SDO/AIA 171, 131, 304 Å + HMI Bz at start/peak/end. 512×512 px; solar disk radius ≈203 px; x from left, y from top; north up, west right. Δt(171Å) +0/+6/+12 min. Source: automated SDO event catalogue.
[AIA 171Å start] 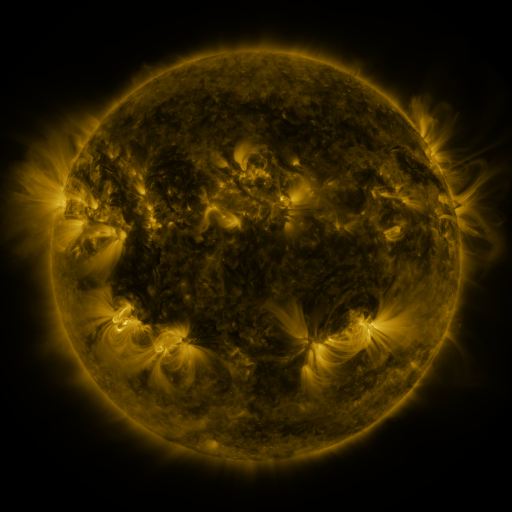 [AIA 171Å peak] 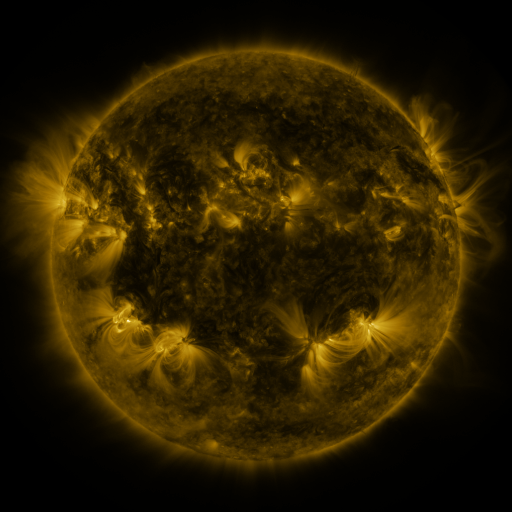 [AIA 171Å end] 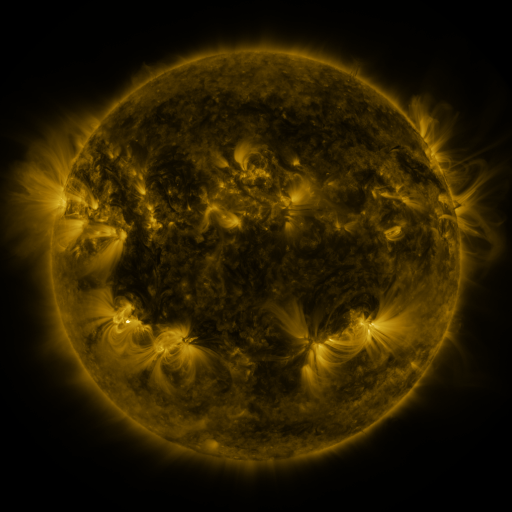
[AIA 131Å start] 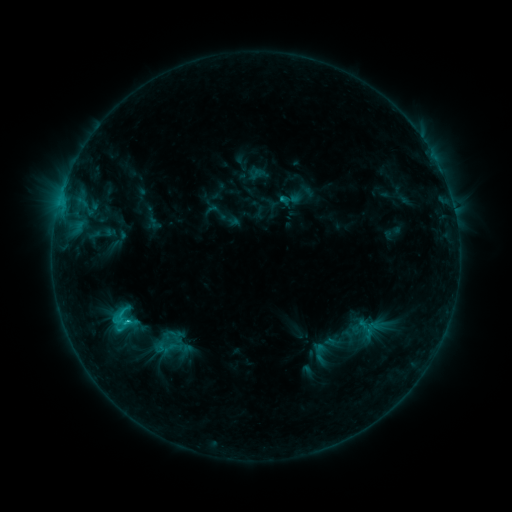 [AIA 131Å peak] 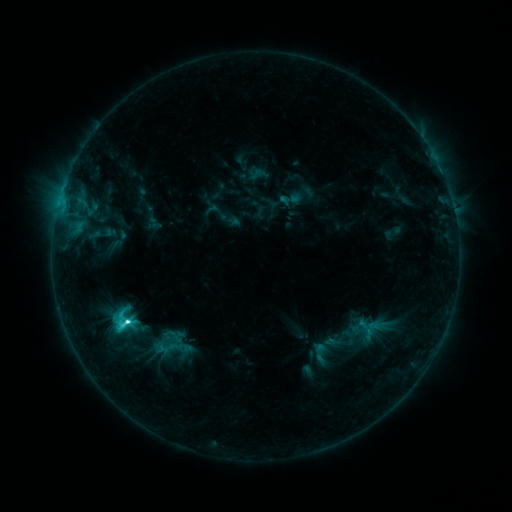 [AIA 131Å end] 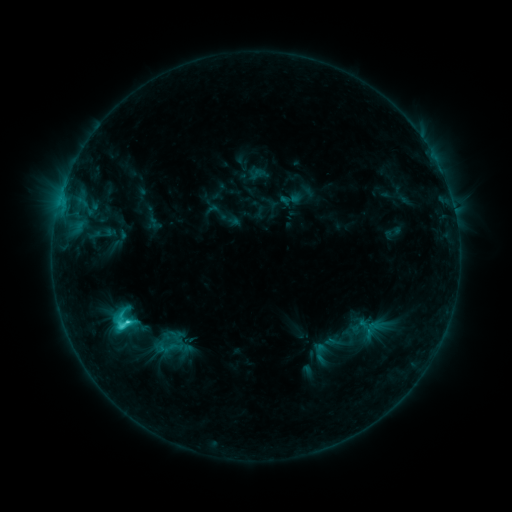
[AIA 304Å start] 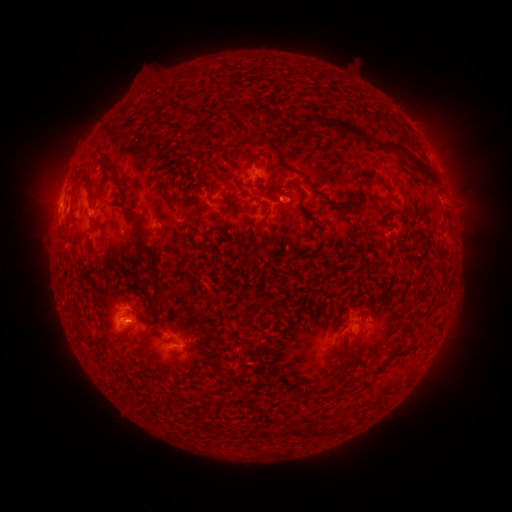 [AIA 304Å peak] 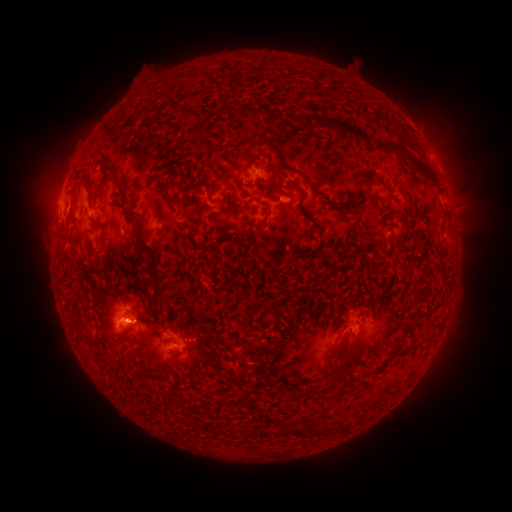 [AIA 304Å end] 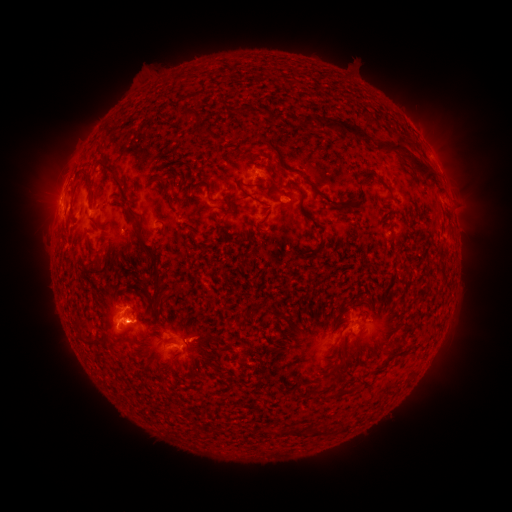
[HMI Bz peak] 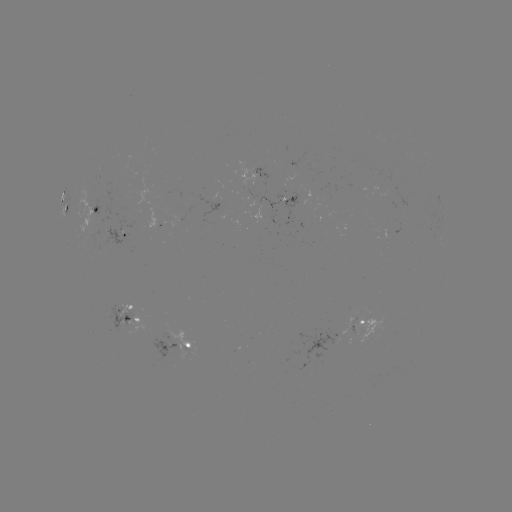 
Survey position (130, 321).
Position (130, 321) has C4.8 flare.